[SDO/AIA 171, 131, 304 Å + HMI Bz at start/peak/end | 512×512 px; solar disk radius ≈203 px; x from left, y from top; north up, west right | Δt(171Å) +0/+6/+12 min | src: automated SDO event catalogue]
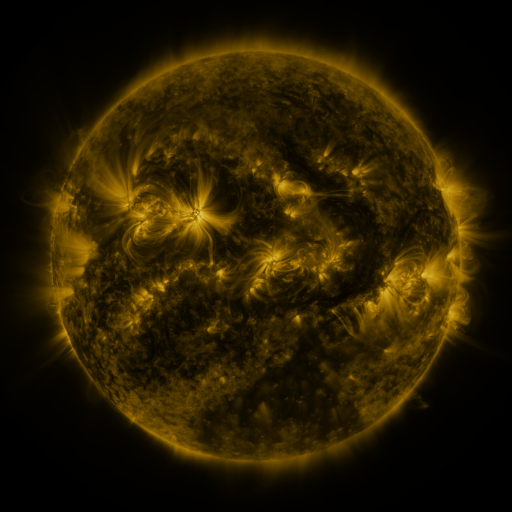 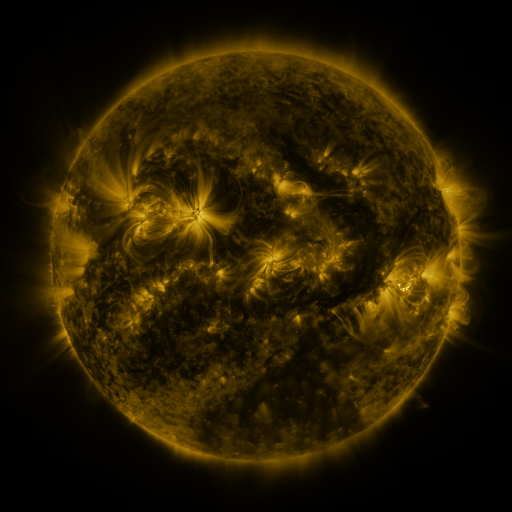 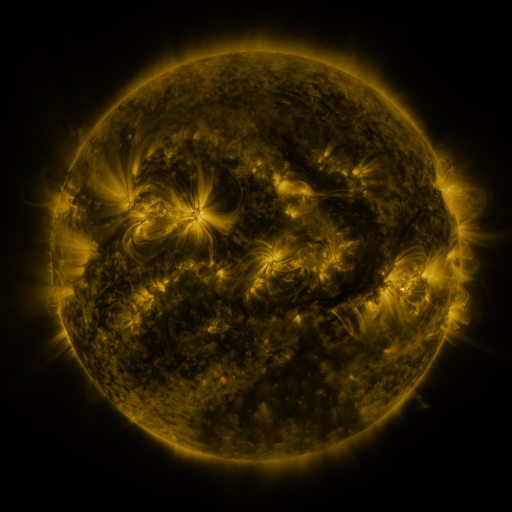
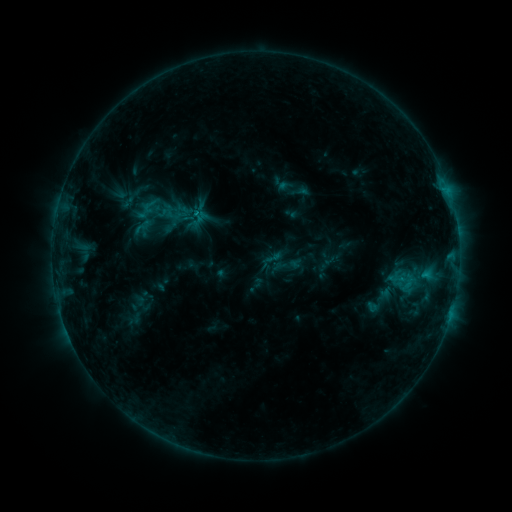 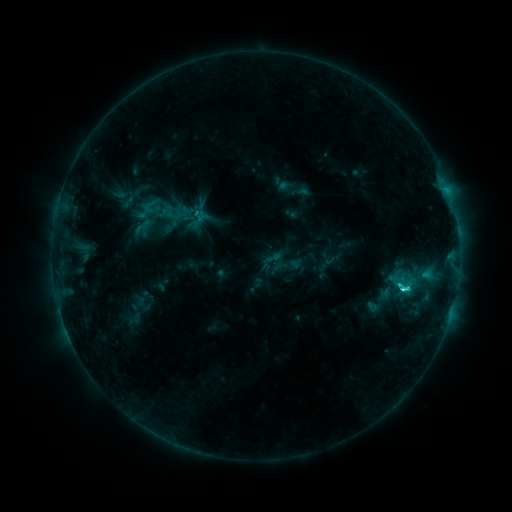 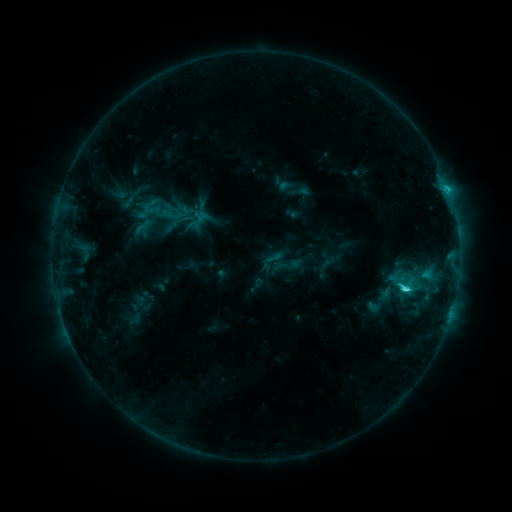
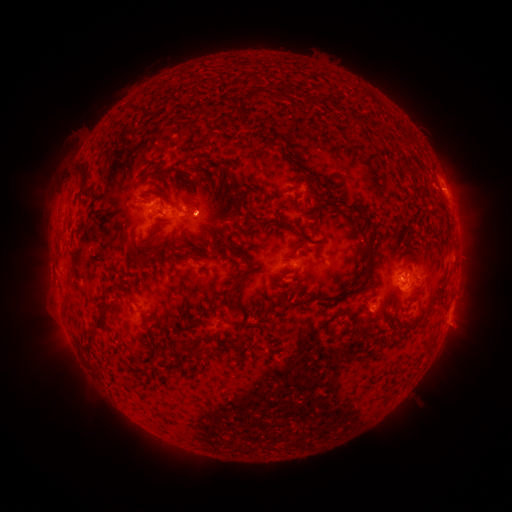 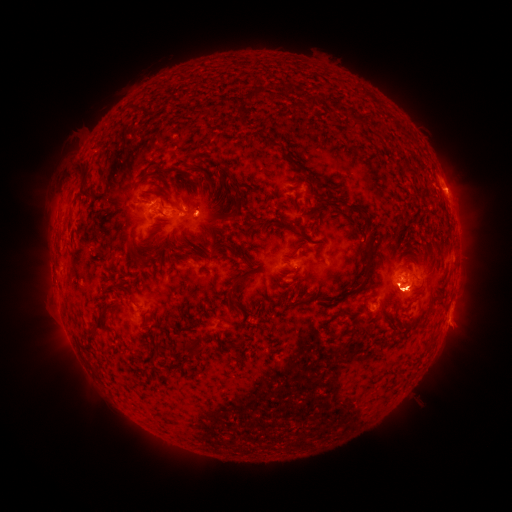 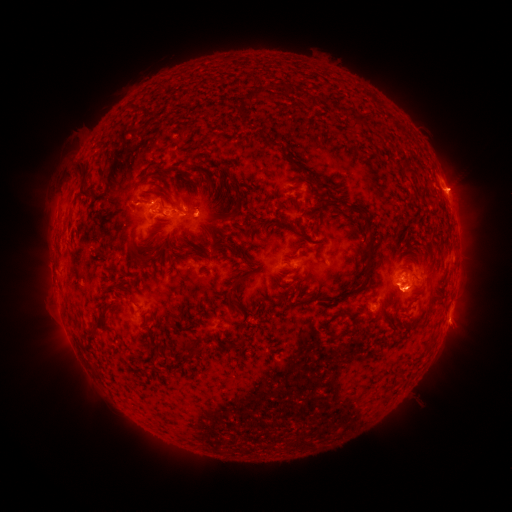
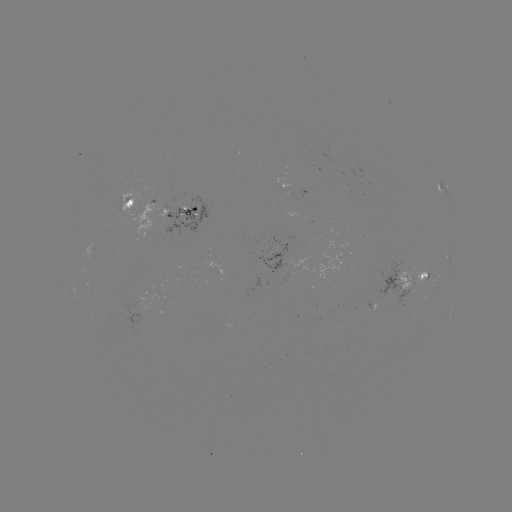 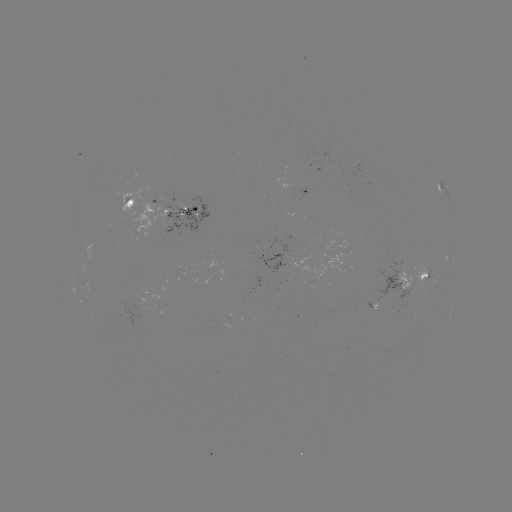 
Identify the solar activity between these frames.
eruption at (409, 290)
